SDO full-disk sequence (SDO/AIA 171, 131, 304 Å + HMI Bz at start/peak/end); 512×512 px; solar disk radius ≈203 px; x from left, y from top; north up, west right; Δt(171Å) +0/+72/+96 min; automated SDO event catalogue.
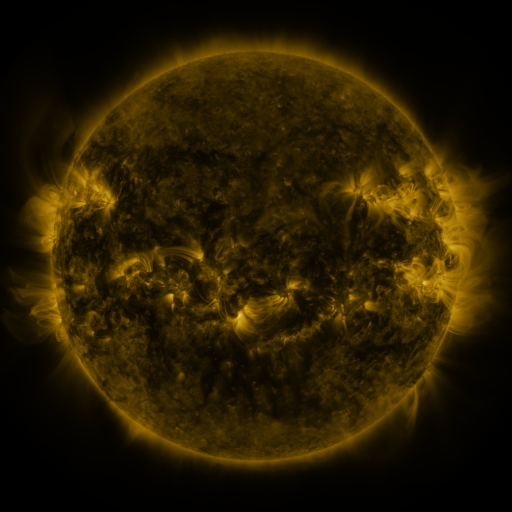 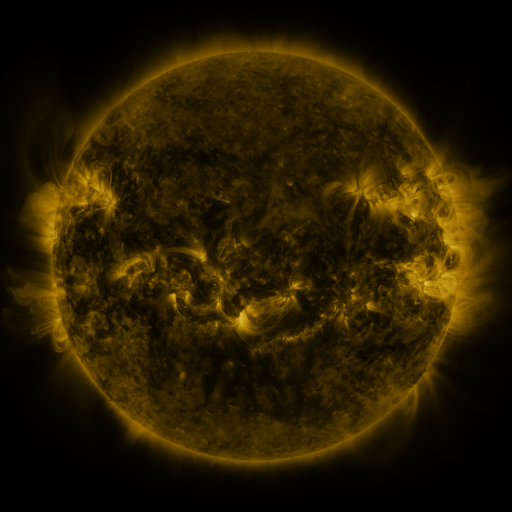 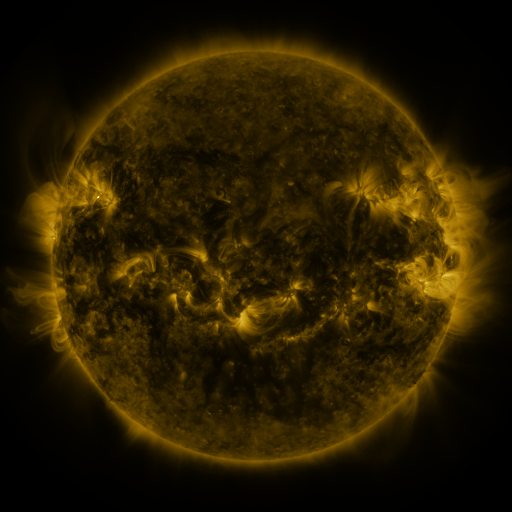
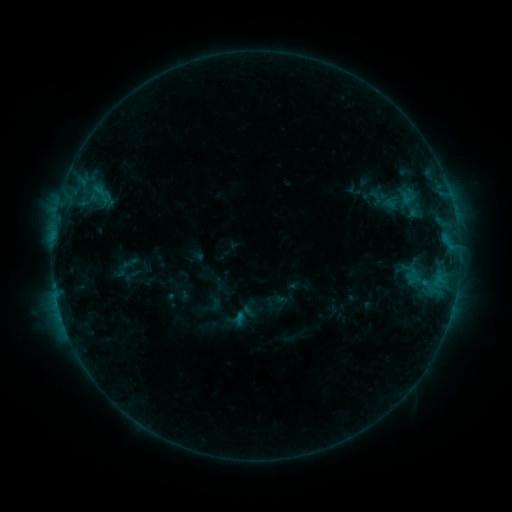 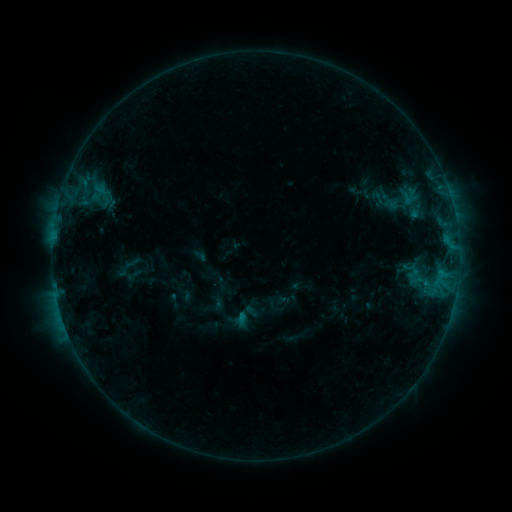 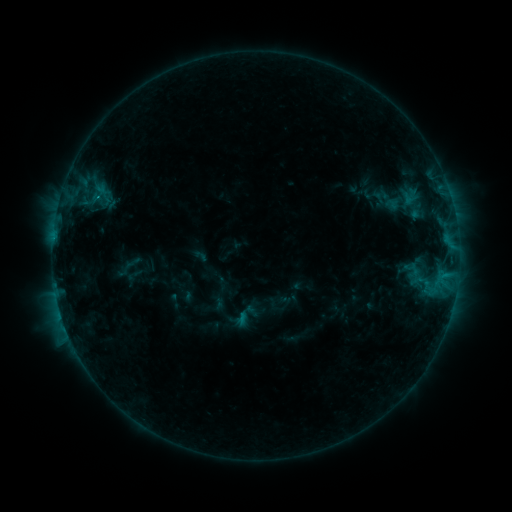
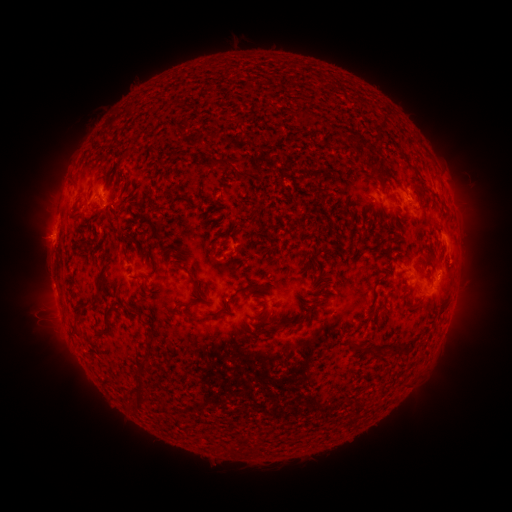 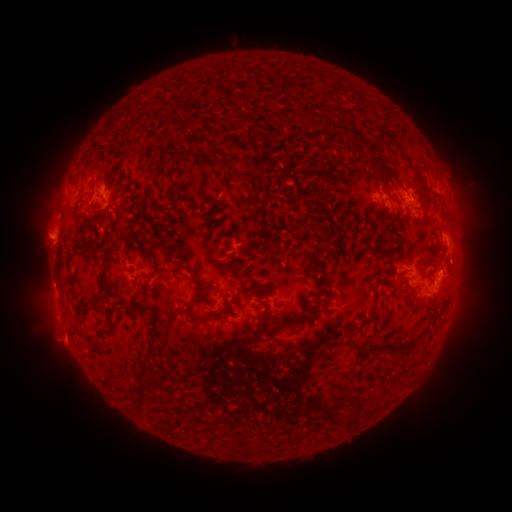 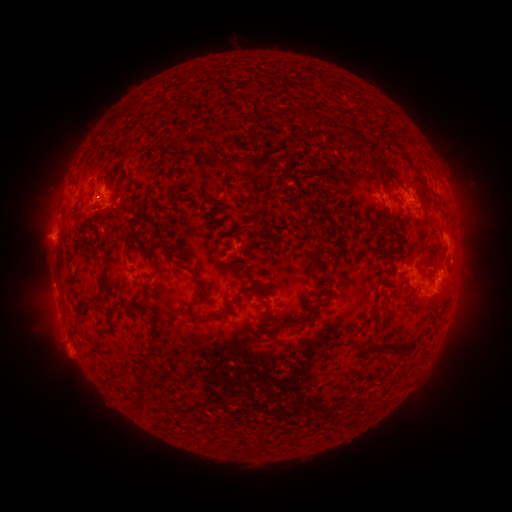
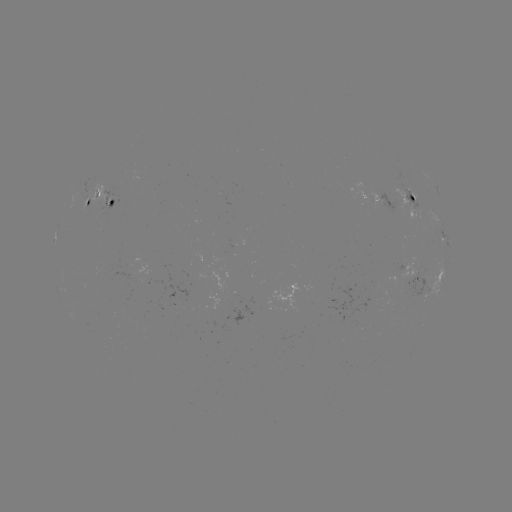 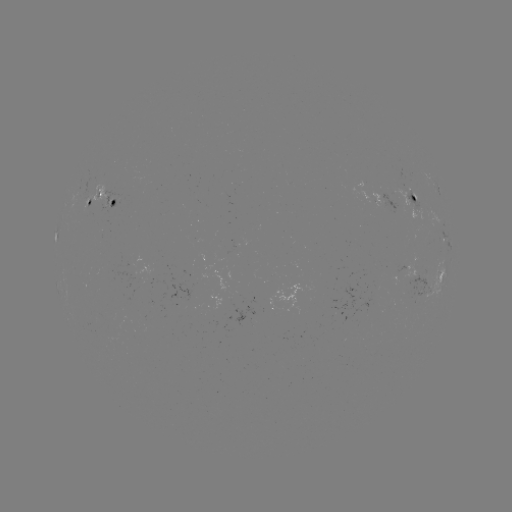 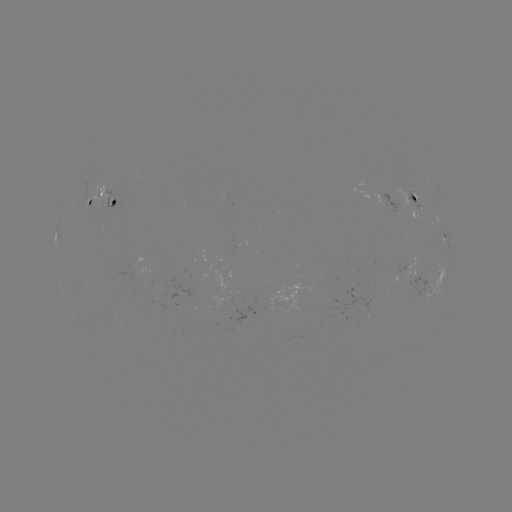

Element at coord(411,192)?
emerging-flux region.